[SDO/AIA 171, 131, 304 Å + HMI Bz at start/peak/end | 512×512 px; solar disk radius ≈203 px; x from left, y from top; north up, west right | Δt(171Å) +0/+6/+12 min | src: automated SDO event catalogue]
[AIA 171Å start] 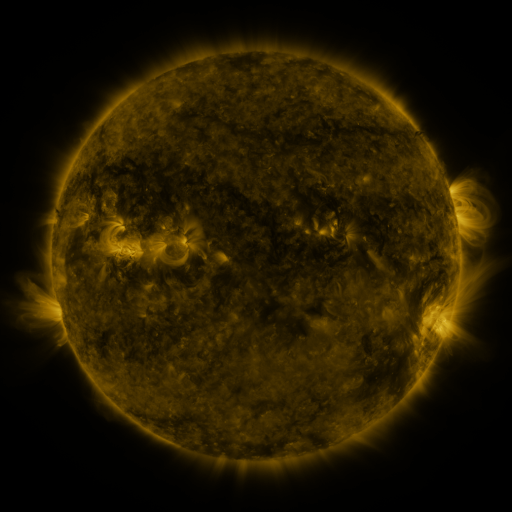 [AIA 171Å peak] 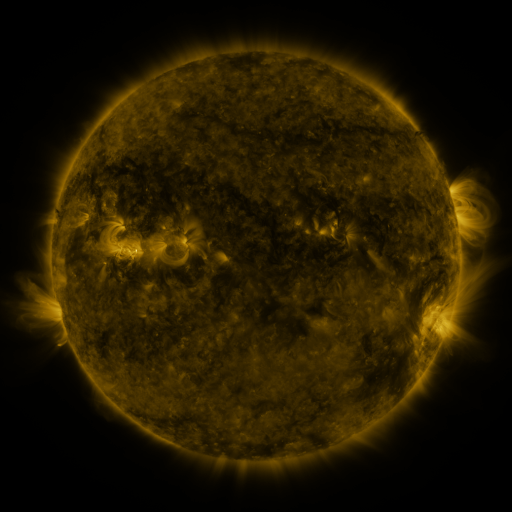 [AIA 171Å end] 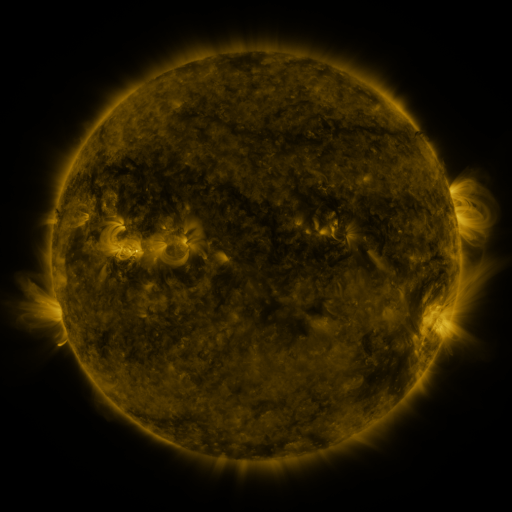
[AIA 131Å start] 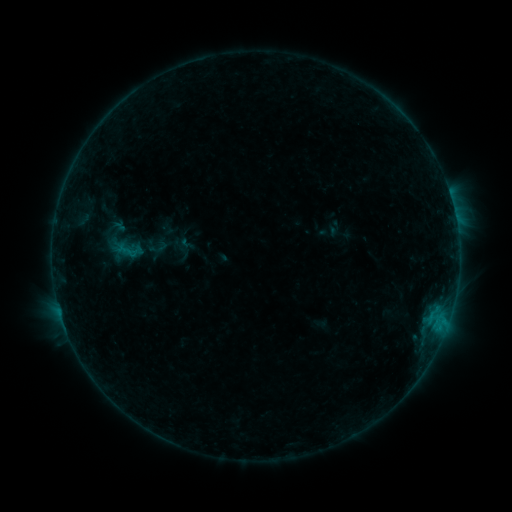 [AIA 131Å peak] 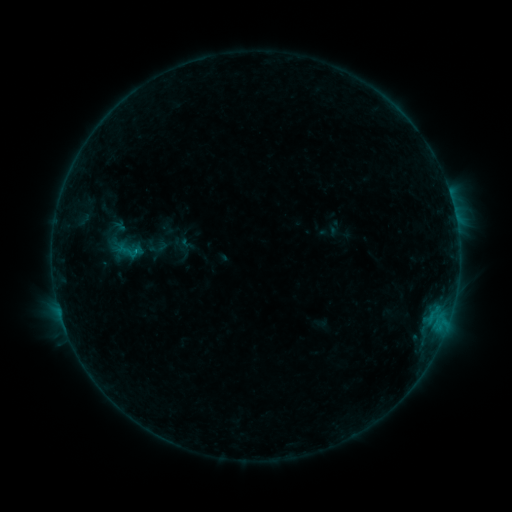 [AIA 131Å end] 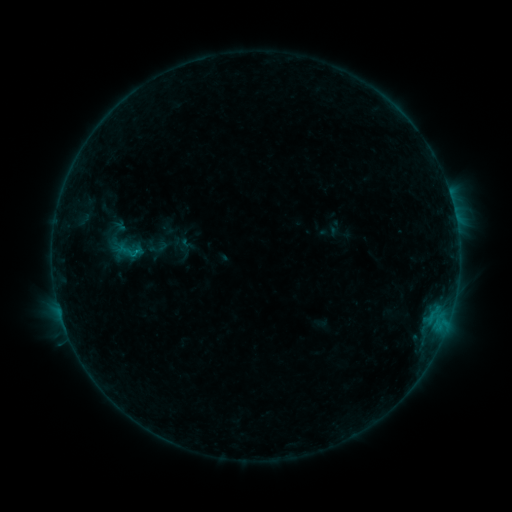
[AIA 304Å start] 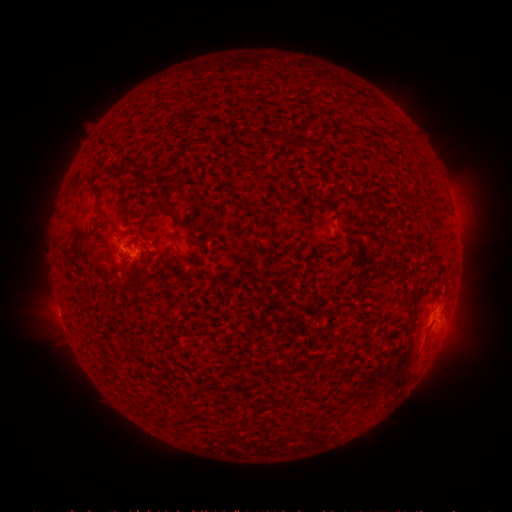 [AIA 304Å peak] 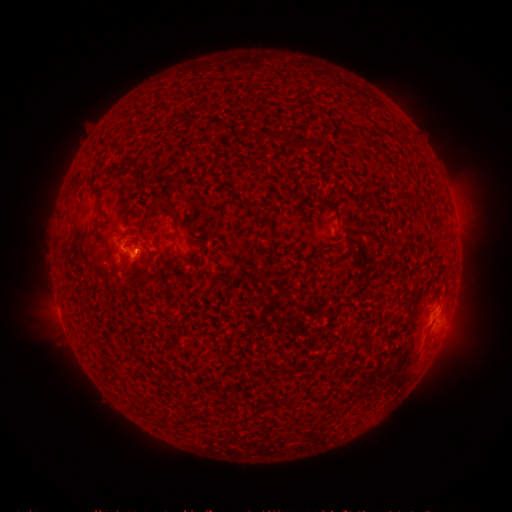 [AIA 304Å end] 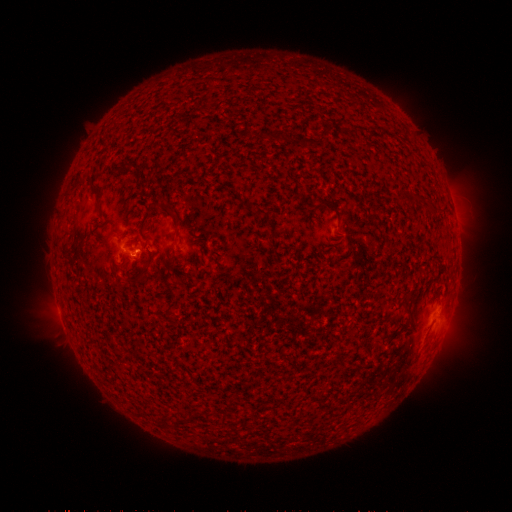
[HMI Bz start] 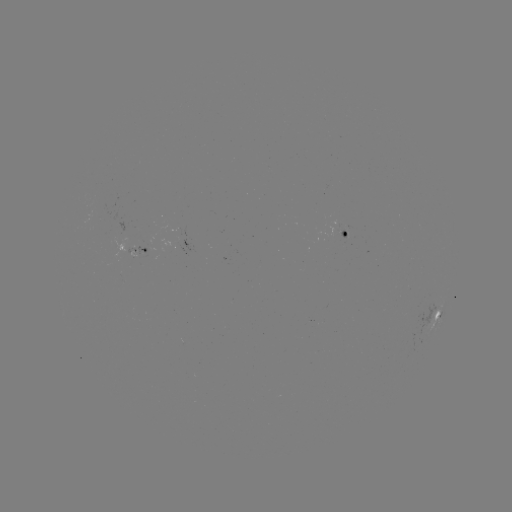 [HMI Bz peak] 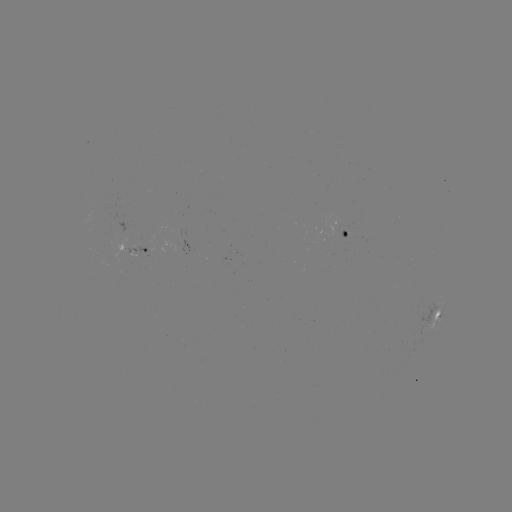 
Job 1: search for B4.9 flare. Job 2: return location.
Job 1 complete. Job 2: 136,255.